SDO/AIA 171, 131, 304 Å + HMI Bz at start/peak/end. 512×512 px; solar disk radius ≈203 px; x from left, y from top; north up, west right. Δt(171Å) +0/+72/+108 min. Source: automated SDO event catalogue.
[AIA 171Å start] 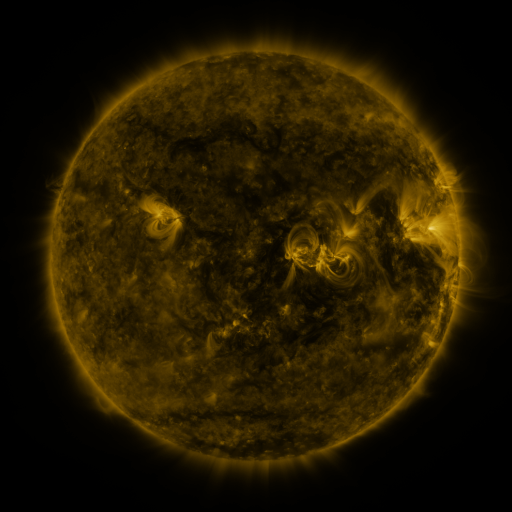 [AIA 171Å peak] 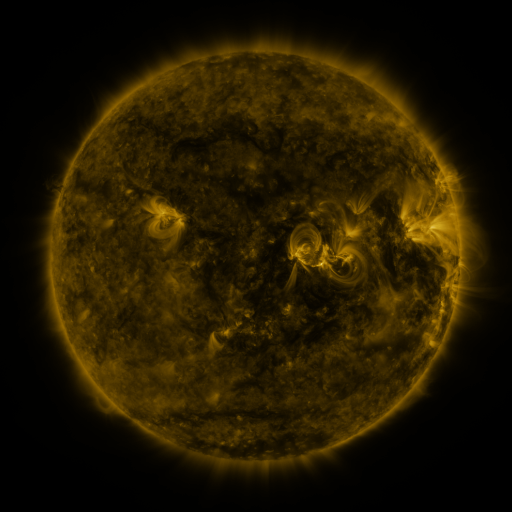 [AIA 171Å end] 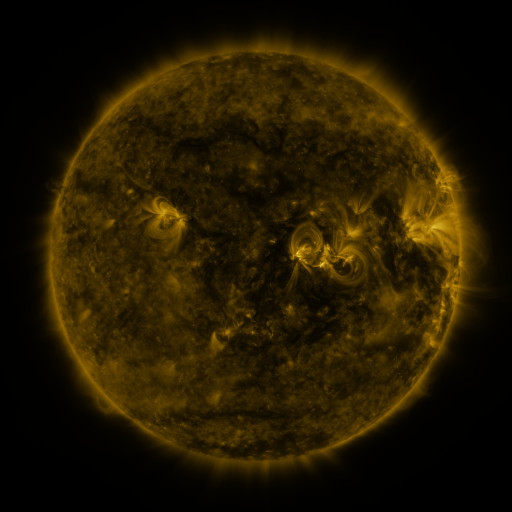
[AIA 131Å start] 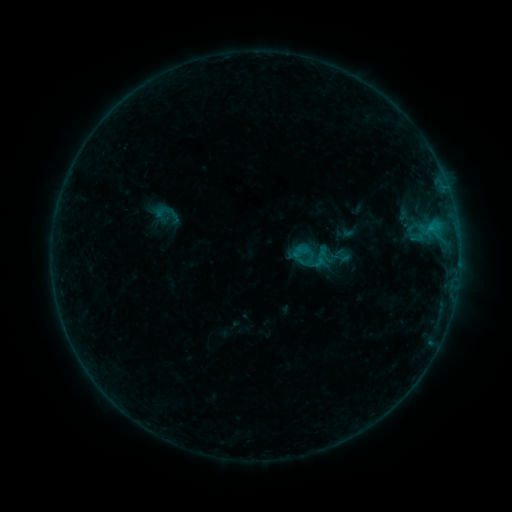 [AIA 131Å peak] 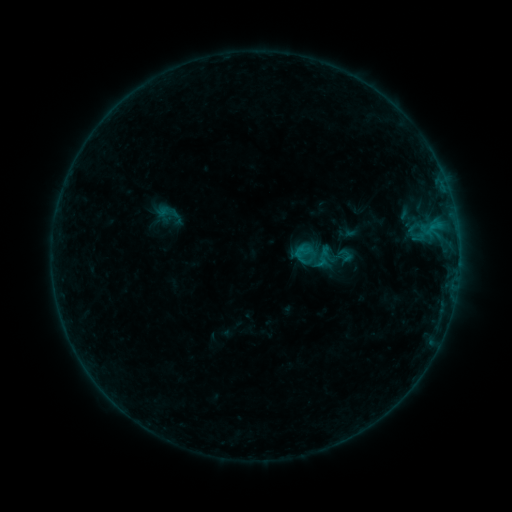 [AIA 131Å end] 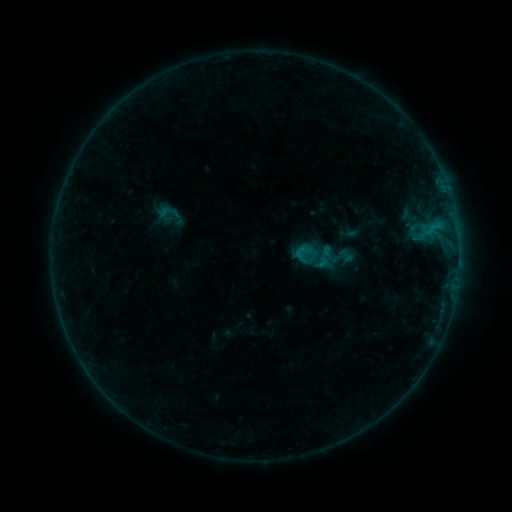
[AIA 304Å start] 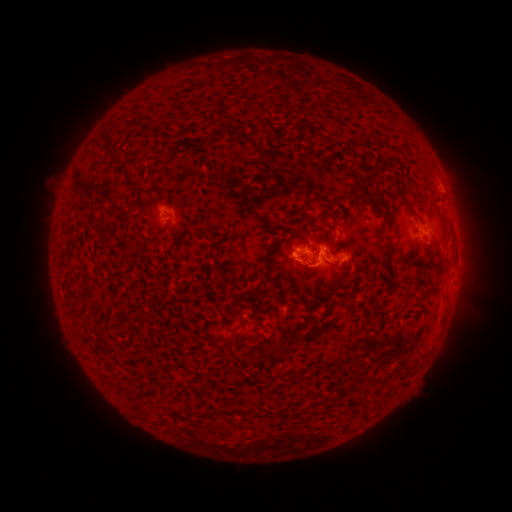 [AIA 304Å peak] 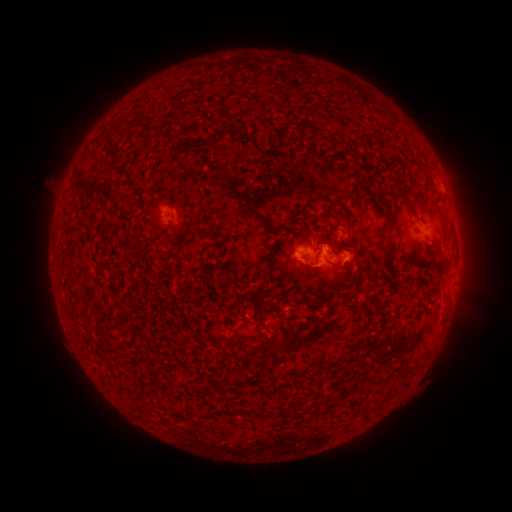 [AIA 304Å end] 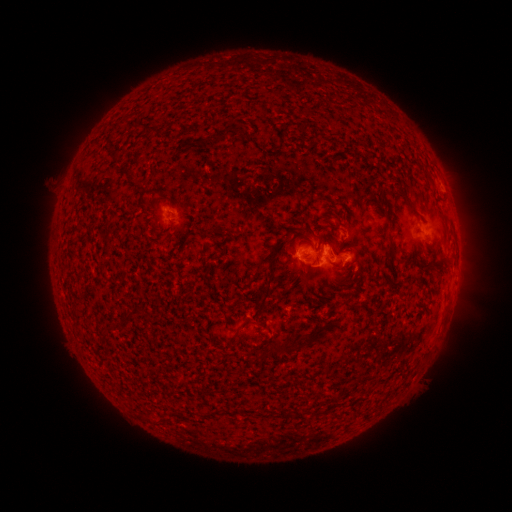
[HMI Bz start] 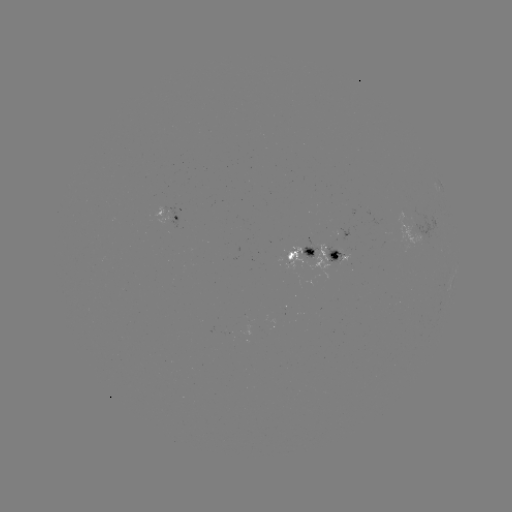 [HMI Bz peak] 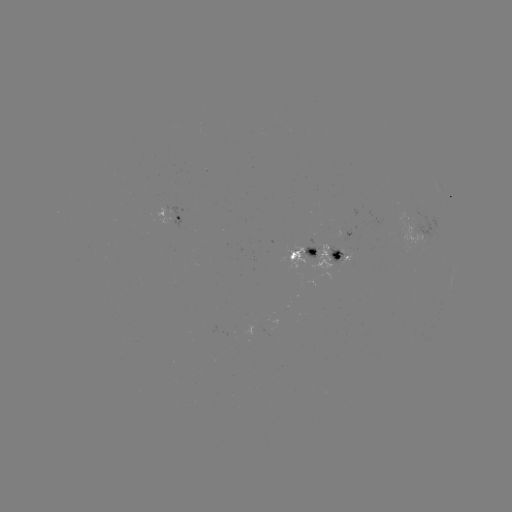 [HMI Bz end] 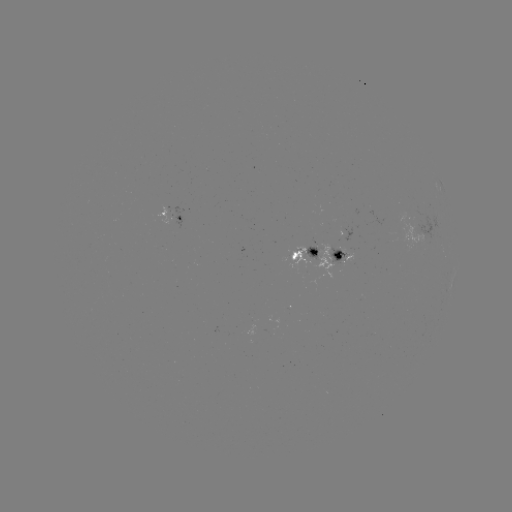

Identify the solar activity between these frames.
emerging-flux region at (318, 249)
